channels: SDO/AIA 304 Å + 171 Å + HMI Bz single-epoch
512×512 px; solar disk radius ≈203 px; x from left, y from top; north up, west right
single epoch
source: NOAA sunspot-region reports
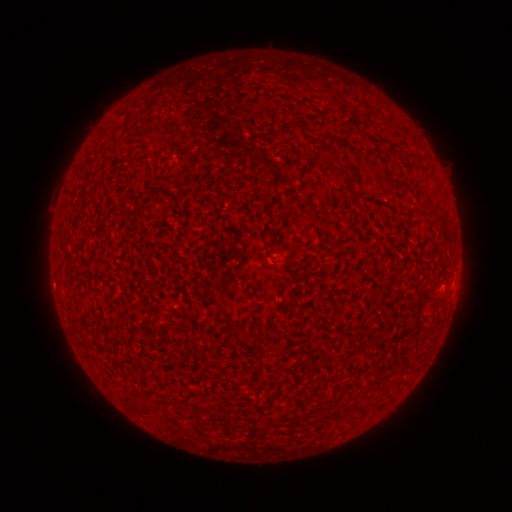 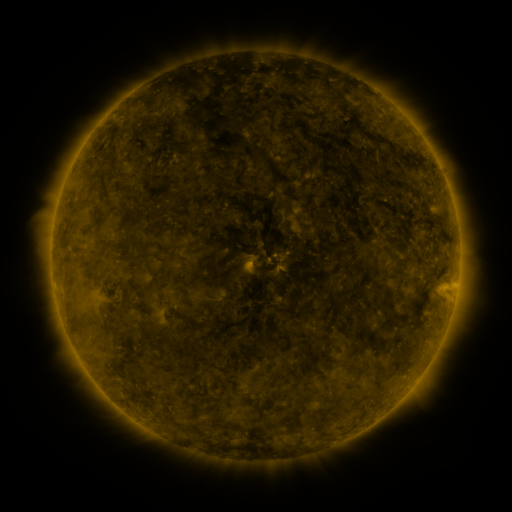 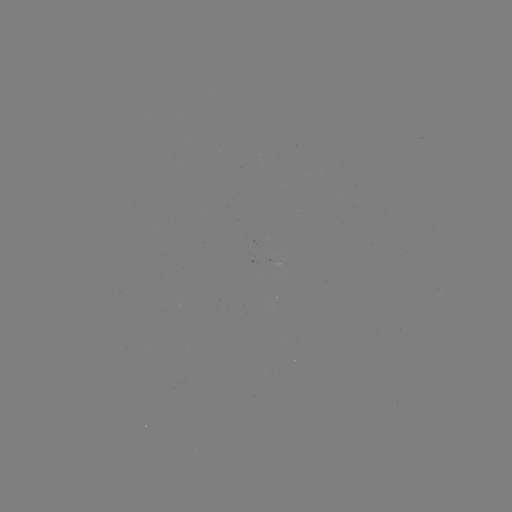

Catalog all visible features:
(none)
